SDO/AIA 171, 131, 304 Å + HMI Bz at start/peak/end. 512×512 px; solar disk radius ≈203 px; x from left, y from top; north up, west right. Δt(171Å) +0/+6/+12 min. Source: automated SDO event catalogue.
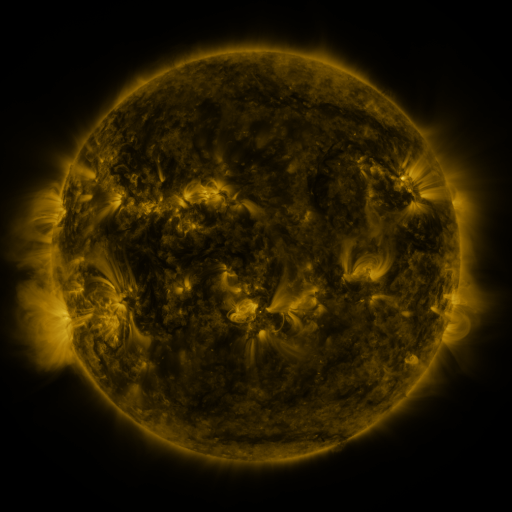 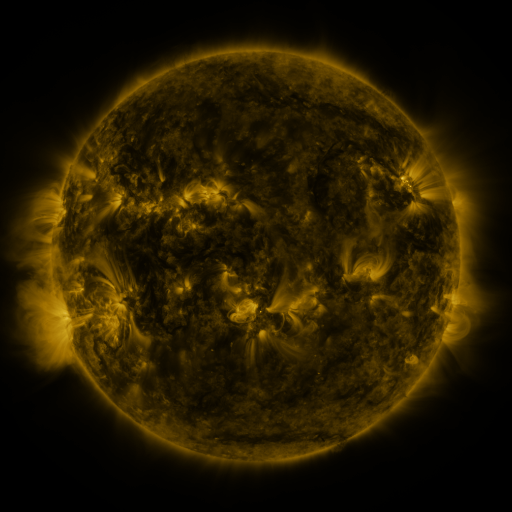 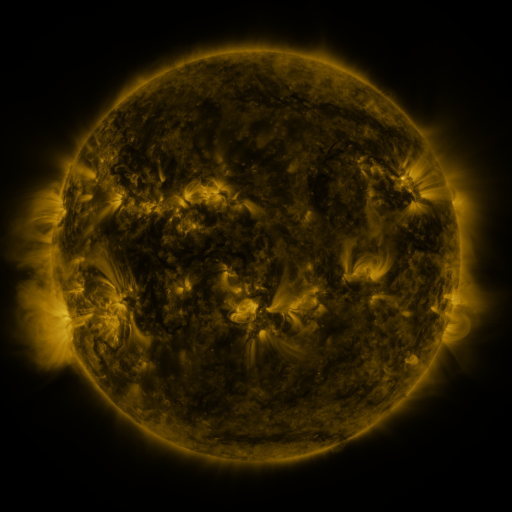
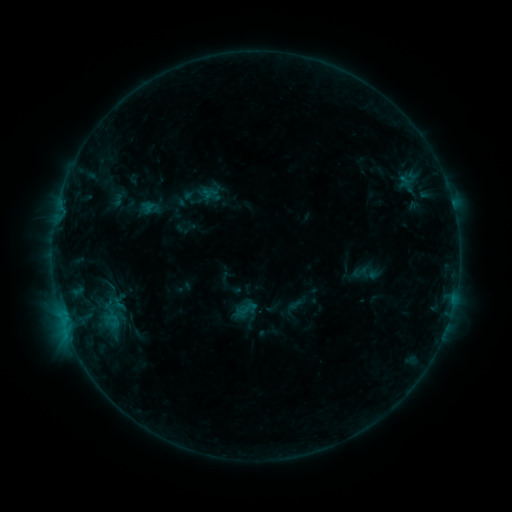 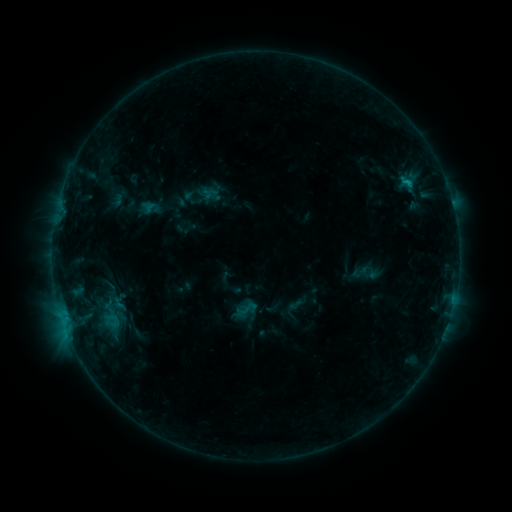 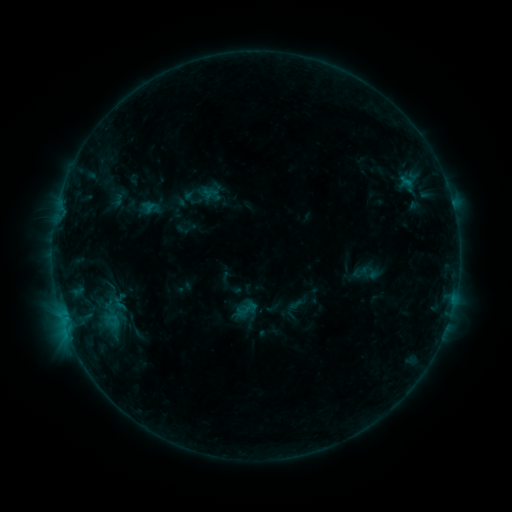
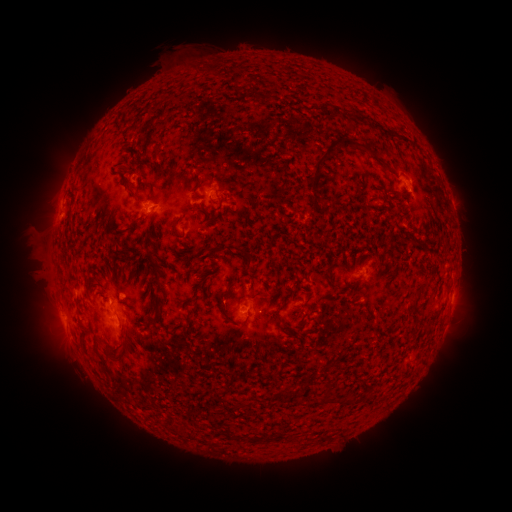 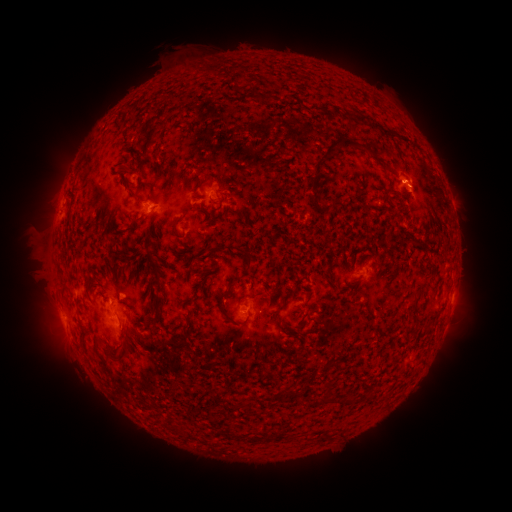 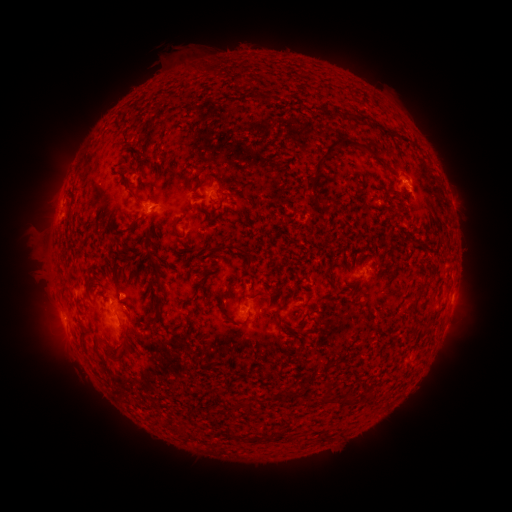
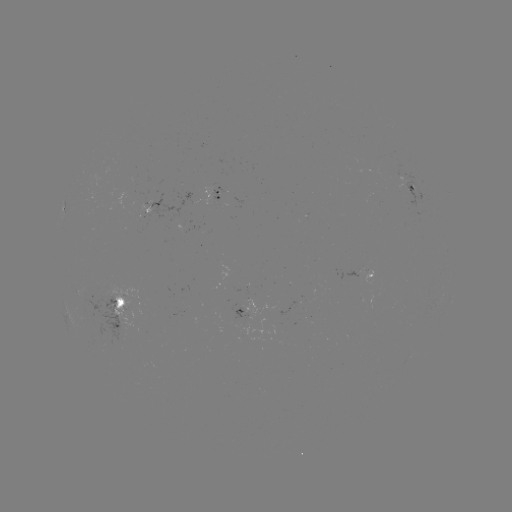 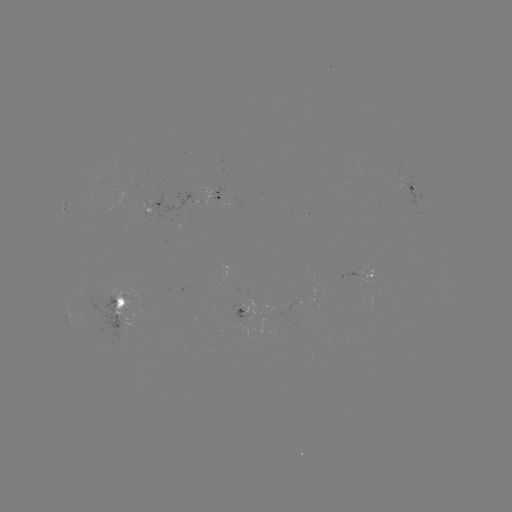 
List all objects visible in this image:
B4.9 flare: (402, 182)
